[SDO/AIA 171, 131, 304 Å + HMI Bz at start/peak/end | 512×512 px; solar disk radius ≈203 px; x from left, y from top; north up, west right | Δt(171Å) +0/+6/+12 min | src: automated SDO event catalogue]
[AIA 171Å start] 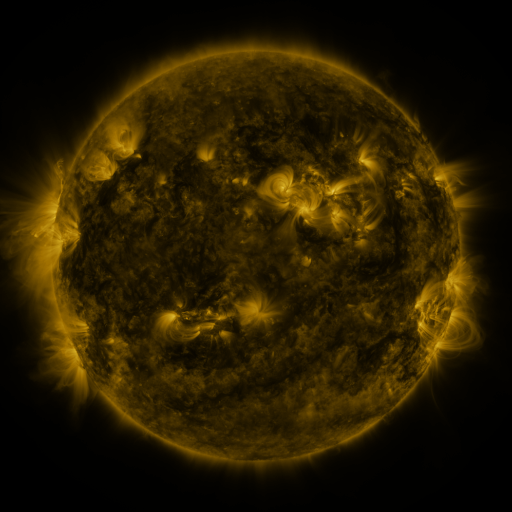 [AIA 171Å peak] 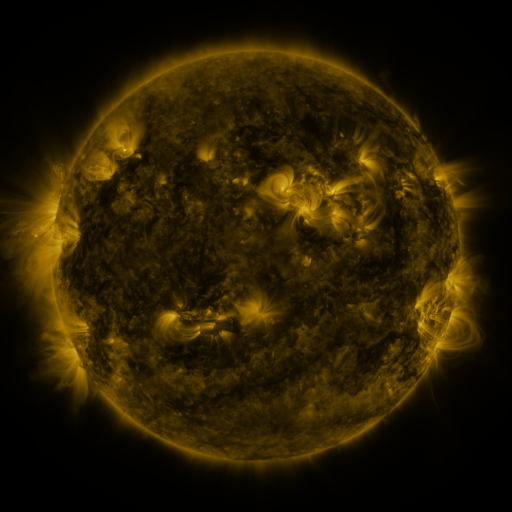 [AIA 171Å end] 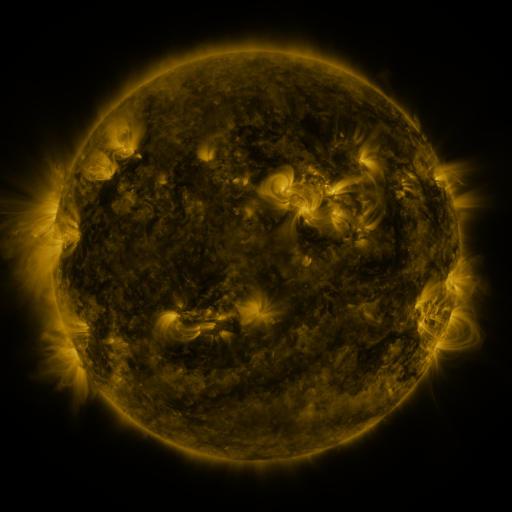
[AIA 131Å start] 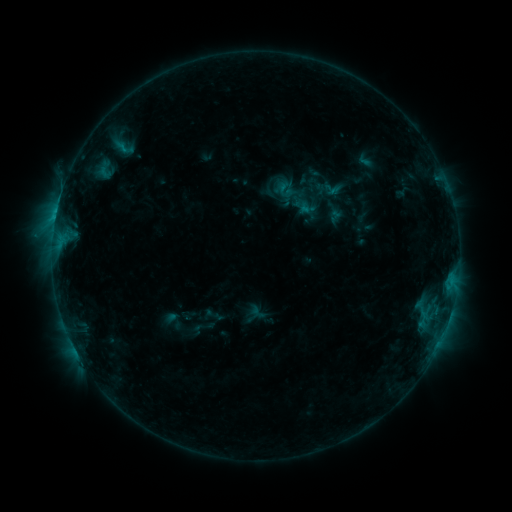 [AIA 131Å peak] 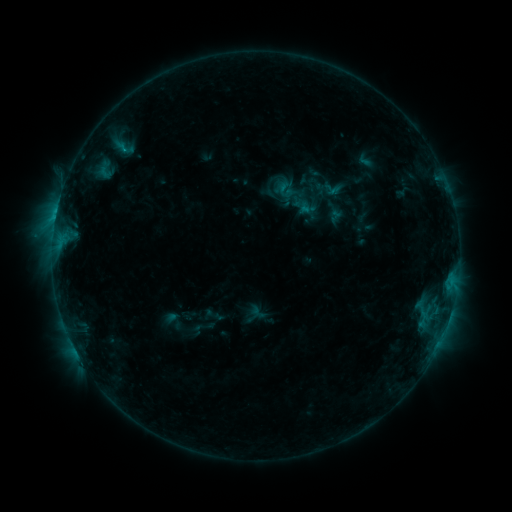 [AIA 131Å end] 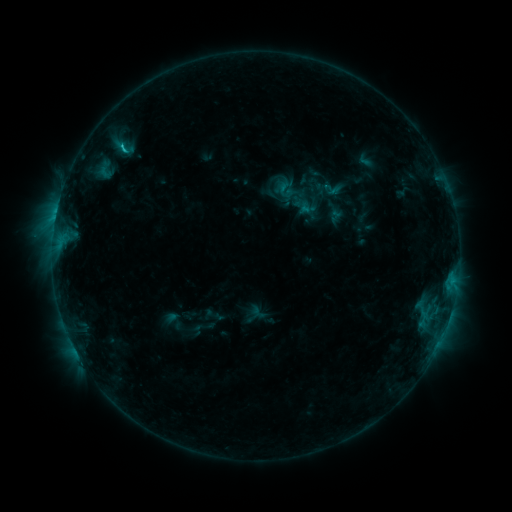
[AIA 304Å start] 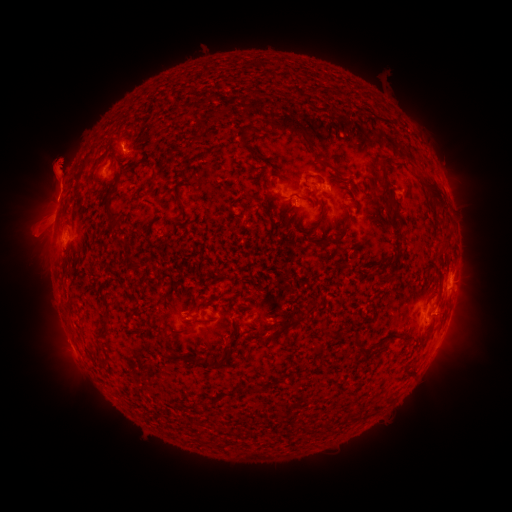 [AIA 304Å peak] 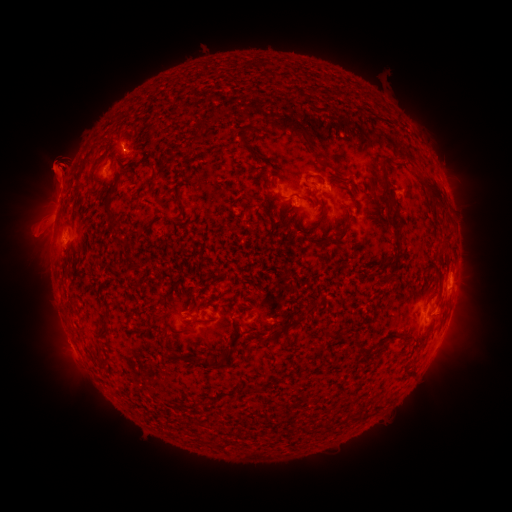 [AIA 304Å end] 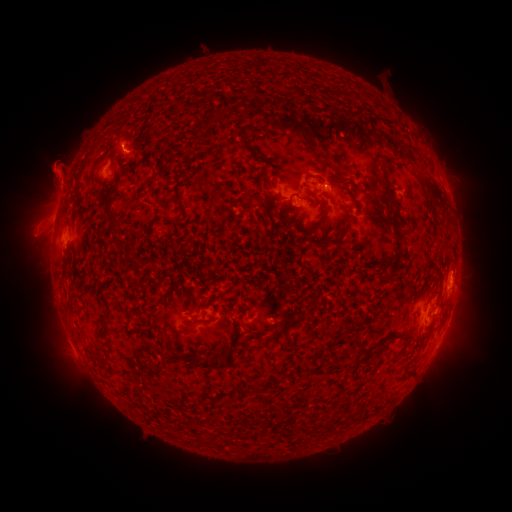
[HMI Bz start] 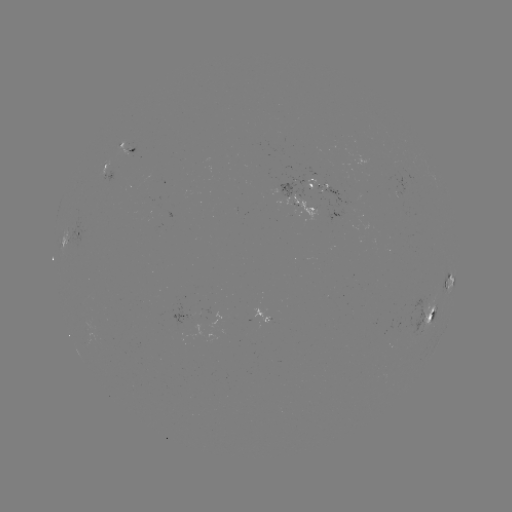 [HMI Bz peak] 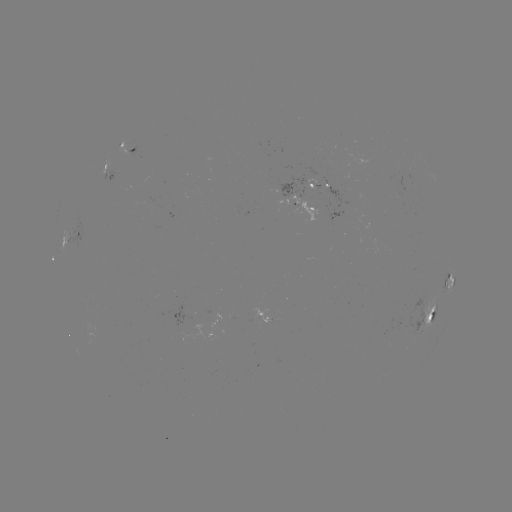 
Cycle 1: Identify C1.2 flare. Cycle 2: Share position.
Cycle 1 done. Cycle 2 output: [125, 150].